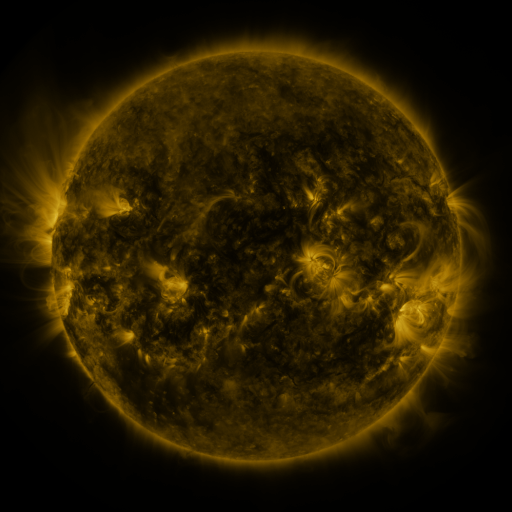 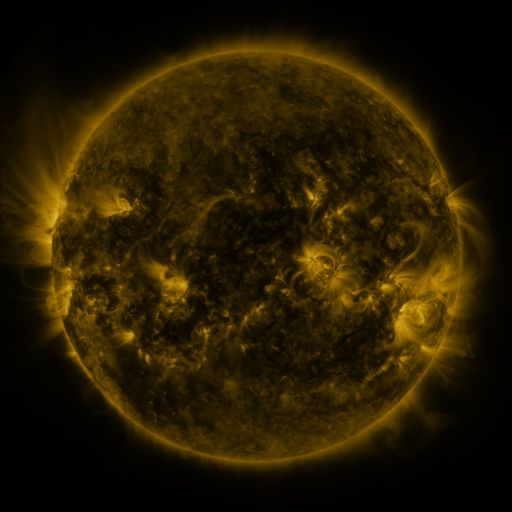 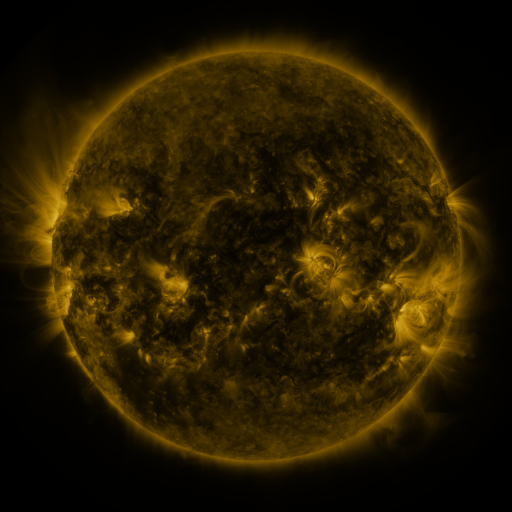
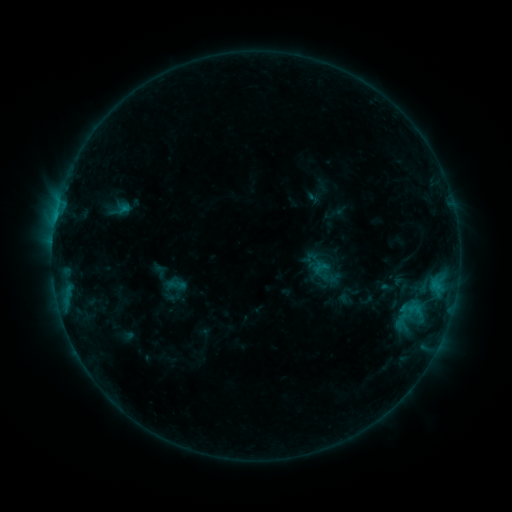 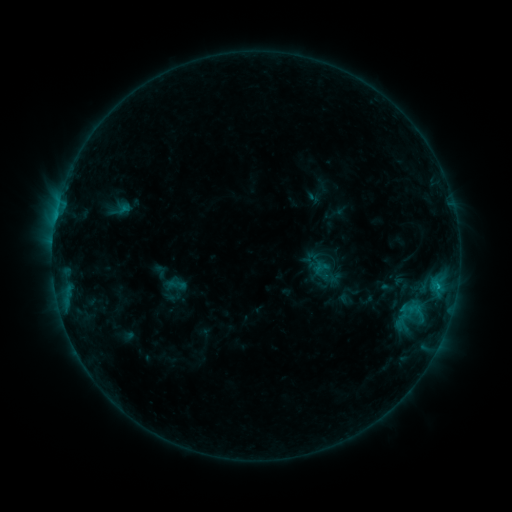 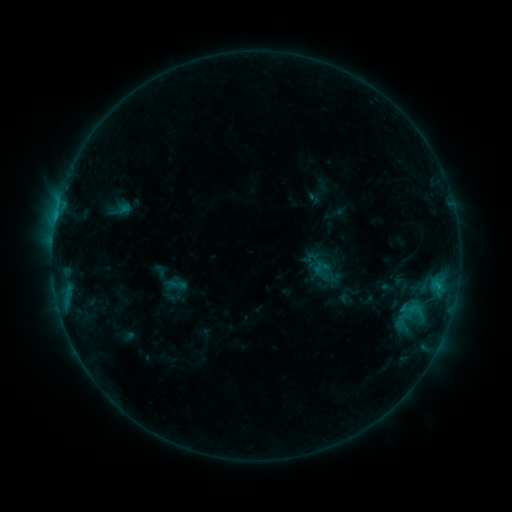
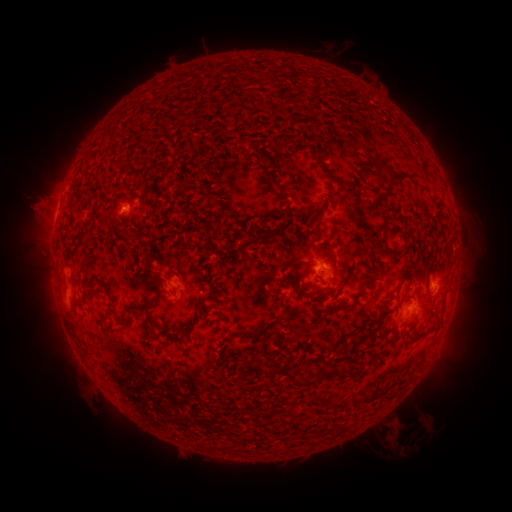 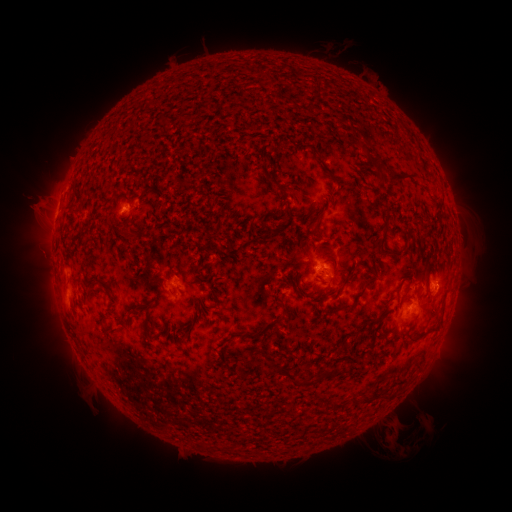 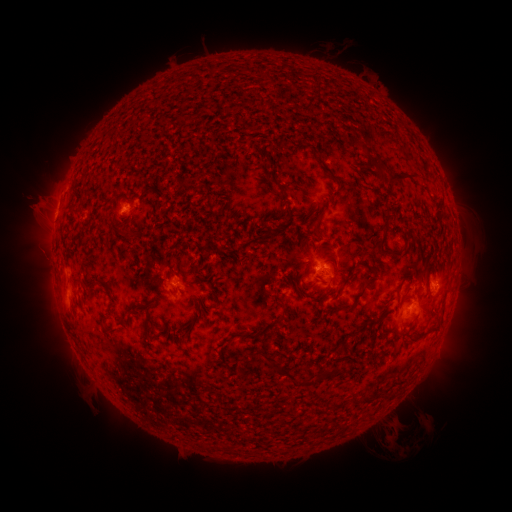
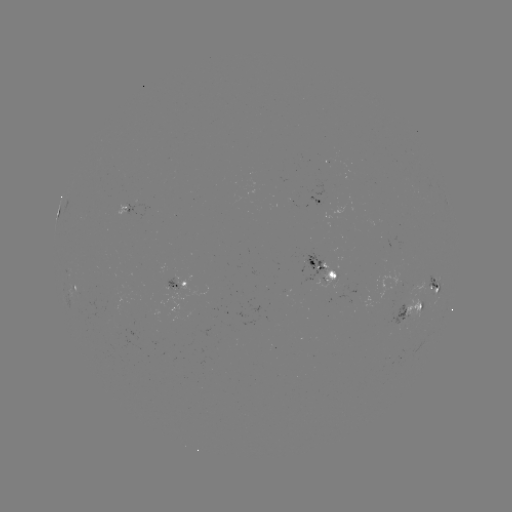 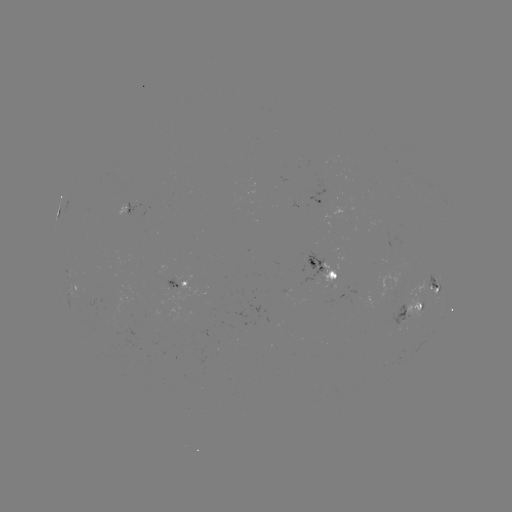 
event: flare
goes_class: C1.1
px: (437, 285)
